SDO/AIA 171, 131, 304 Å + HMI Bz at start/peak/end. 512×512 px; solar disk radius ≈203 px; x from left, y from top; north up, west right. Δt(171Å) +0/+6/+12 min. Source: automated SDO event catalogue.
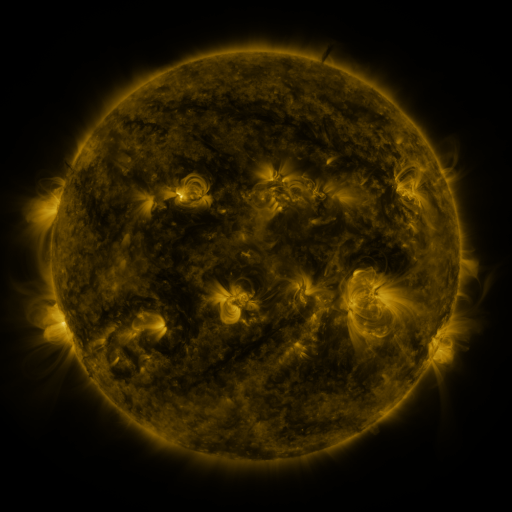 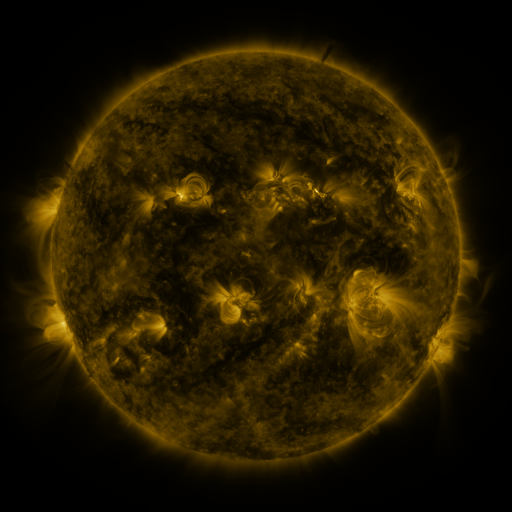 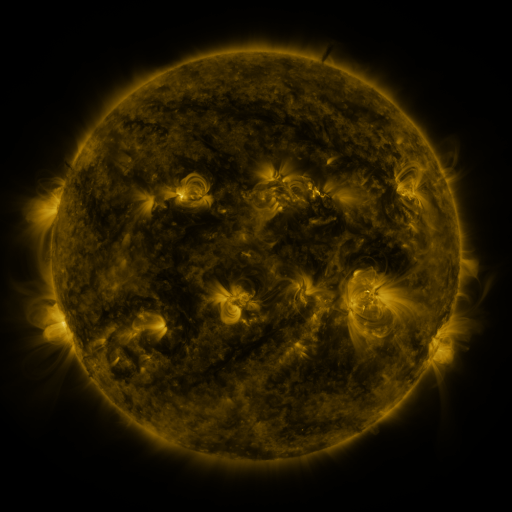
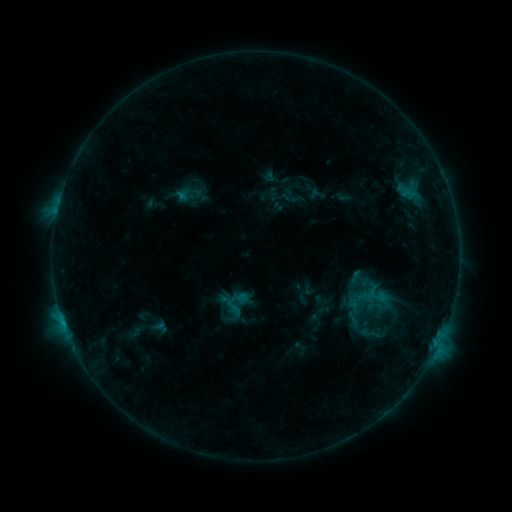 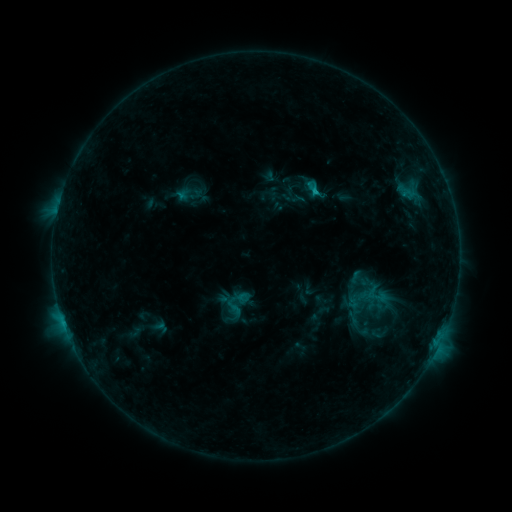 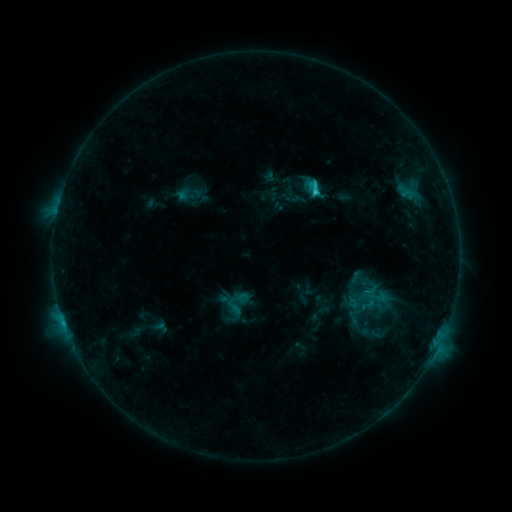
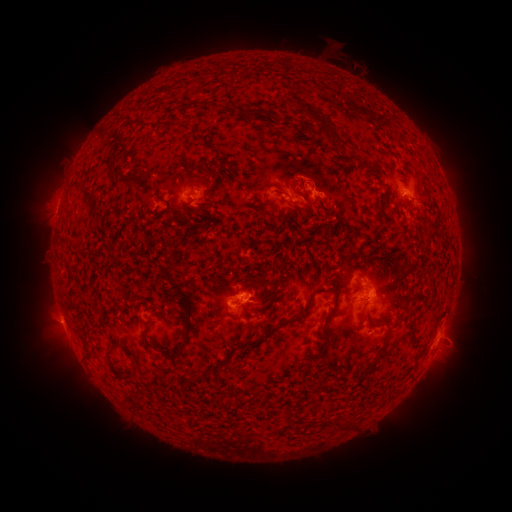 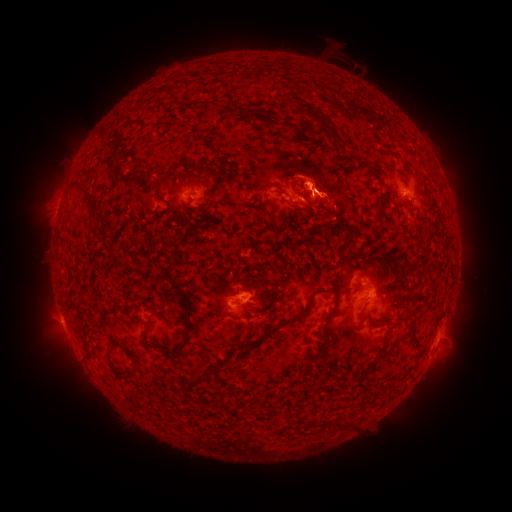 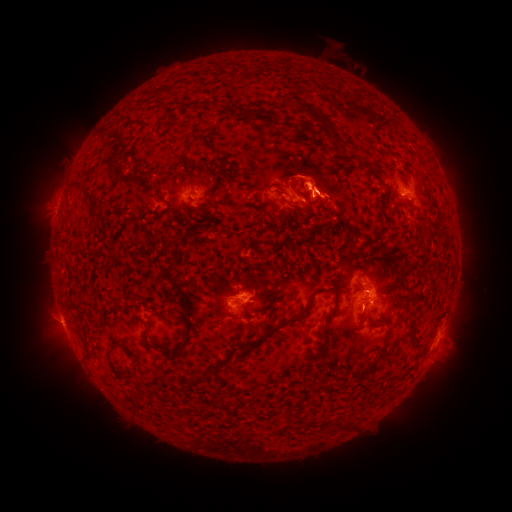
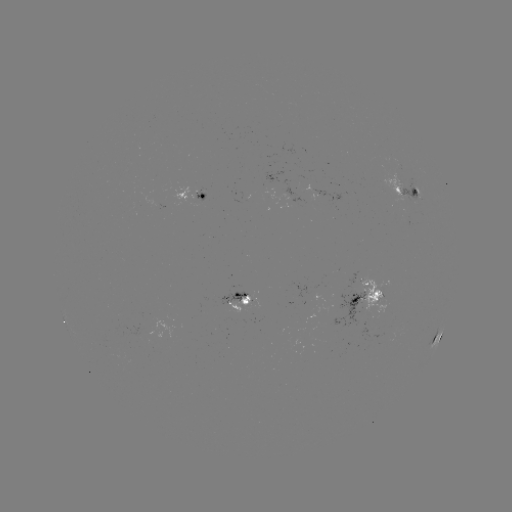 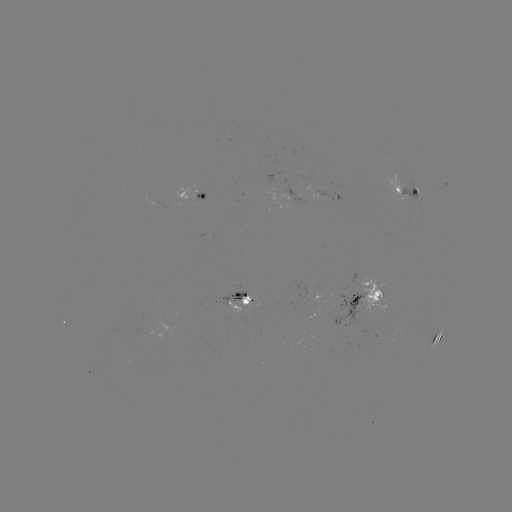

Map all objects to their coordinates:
eruption: (303, 174)
